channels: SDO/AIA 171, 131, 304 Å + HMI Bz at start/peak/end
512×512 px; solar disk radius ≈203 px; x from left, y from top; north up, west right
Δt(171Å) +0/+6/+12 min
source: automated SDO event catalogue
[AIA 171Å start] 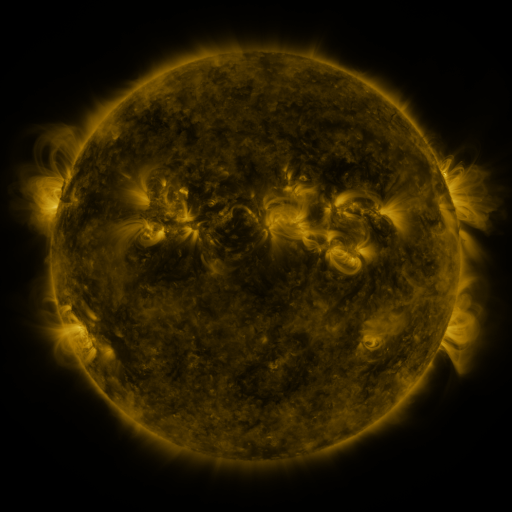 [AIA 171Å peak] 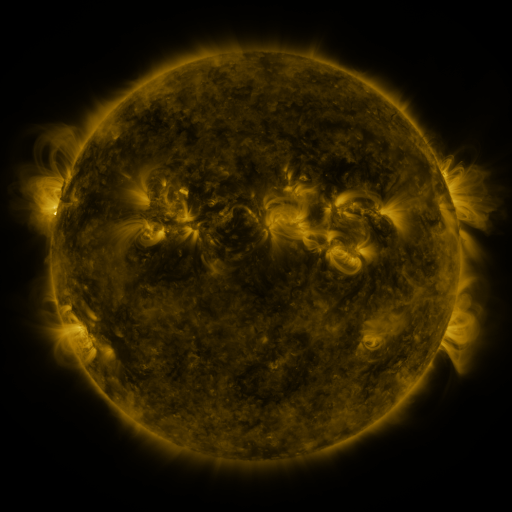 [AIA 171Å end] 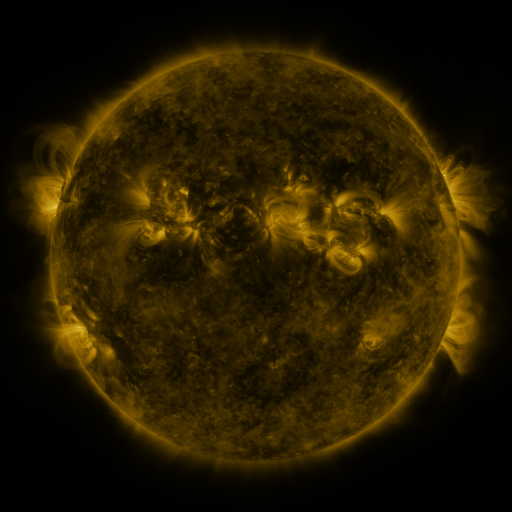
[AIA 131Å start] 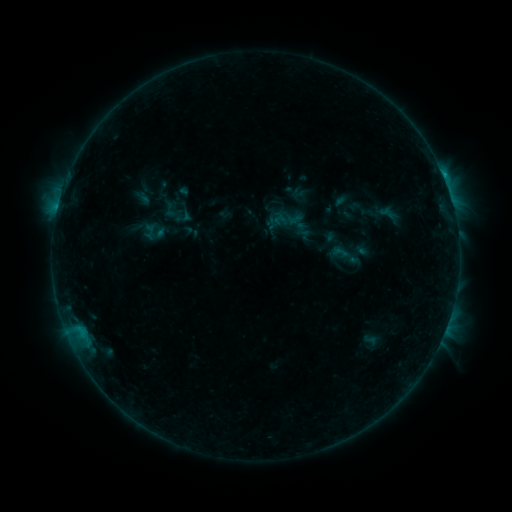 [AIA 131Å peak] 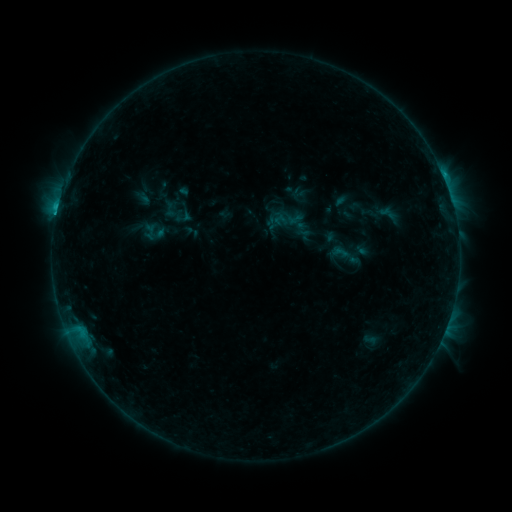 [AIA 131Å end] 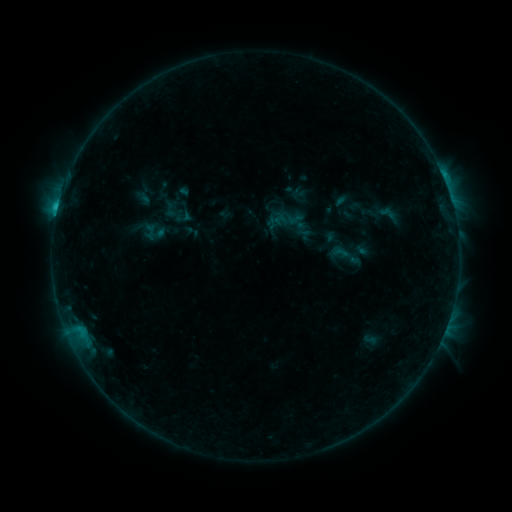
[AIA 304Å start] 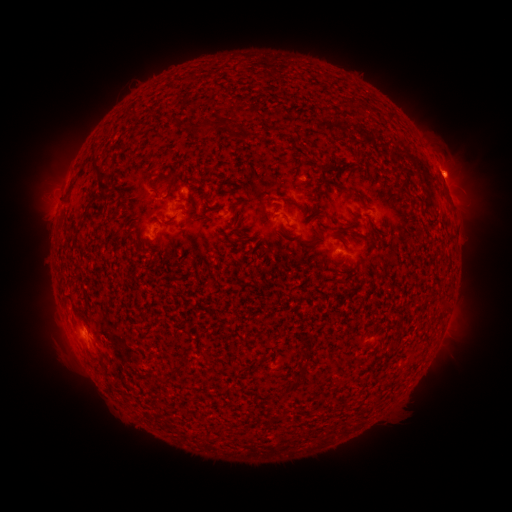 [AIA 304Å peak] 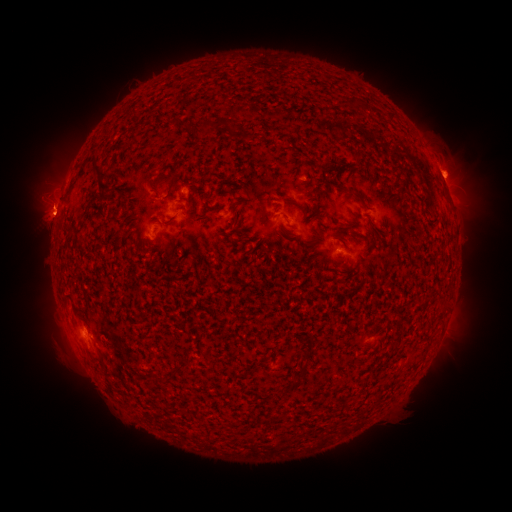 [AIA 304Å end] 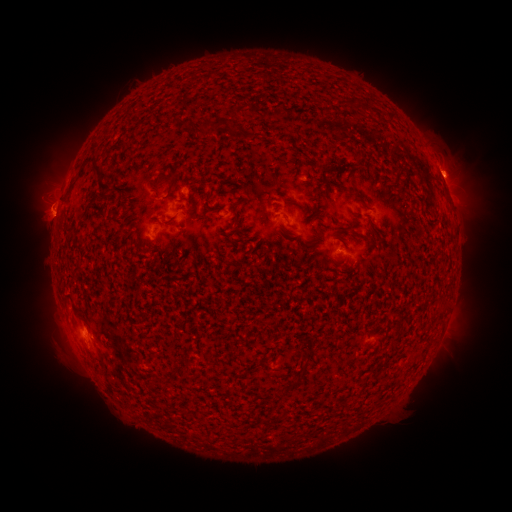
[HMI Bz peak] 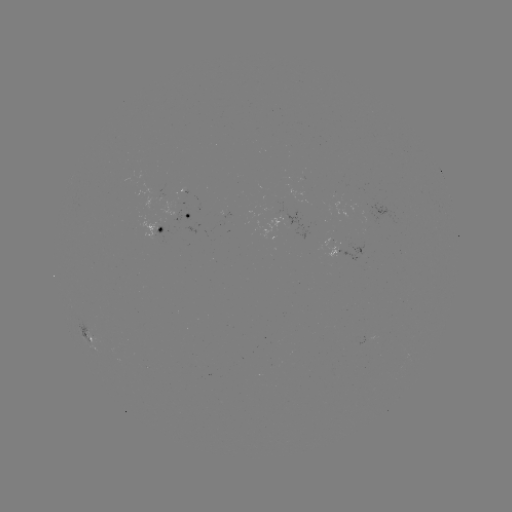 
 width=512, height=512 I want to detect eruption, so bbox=[23, 178, 73, 249].